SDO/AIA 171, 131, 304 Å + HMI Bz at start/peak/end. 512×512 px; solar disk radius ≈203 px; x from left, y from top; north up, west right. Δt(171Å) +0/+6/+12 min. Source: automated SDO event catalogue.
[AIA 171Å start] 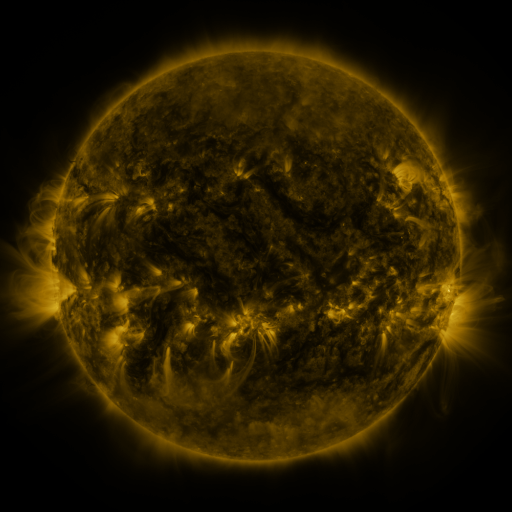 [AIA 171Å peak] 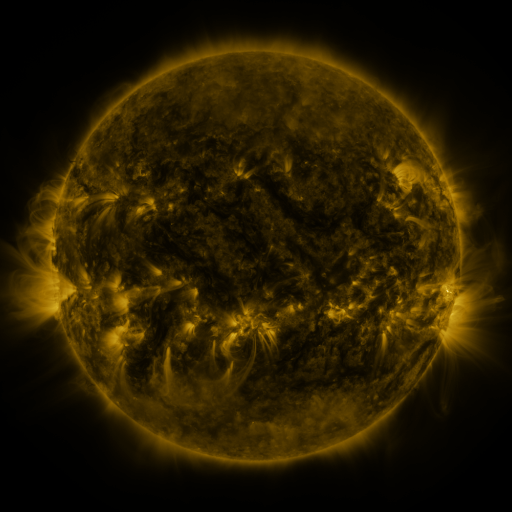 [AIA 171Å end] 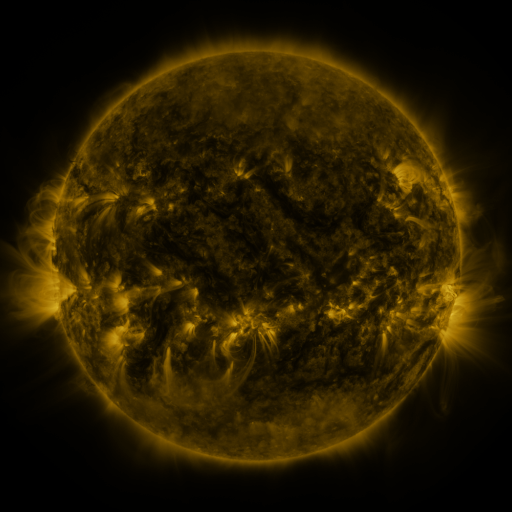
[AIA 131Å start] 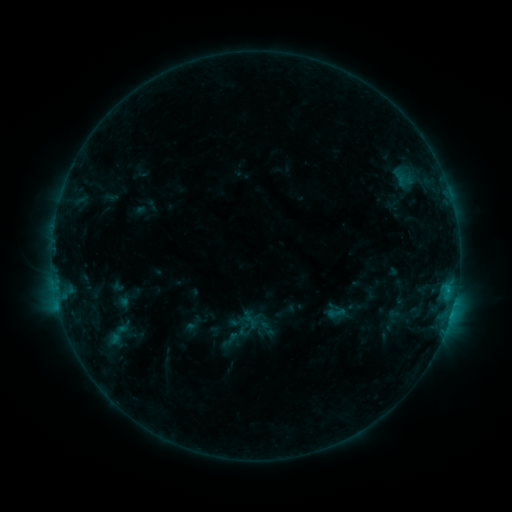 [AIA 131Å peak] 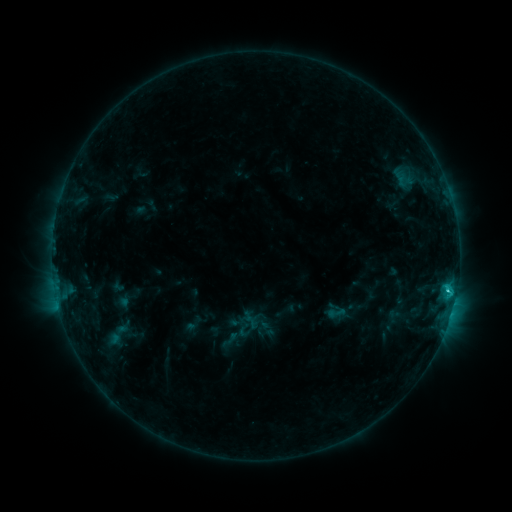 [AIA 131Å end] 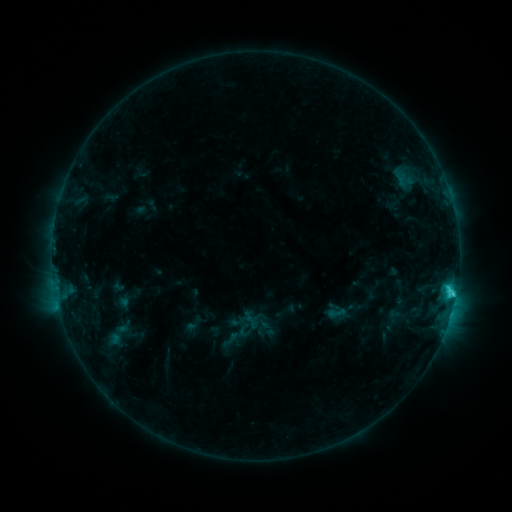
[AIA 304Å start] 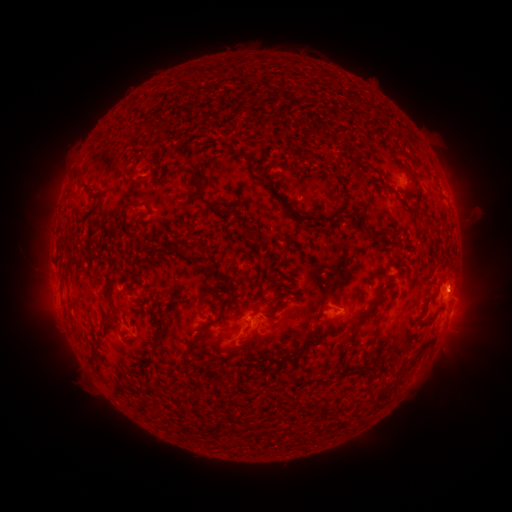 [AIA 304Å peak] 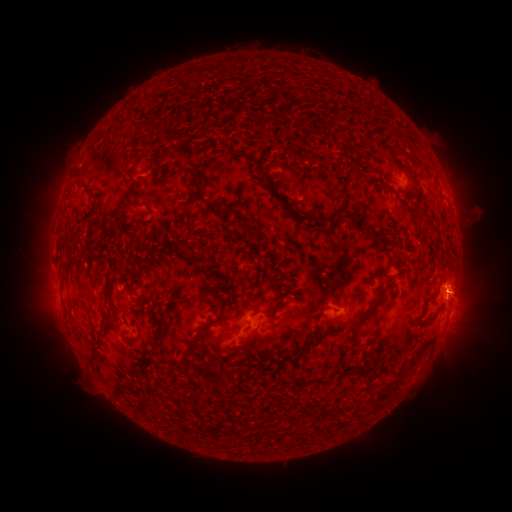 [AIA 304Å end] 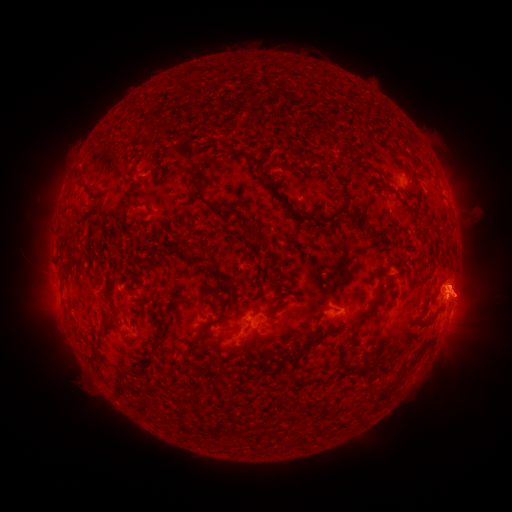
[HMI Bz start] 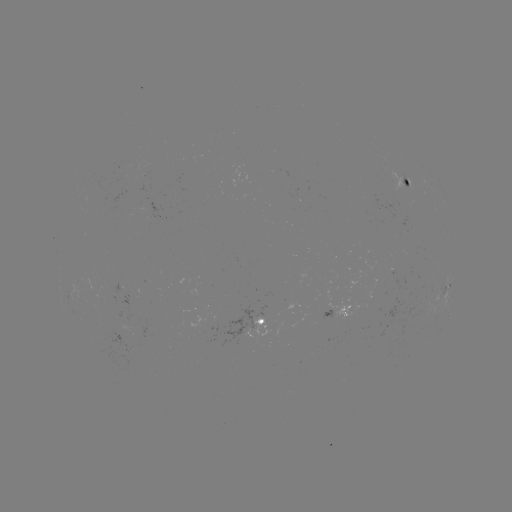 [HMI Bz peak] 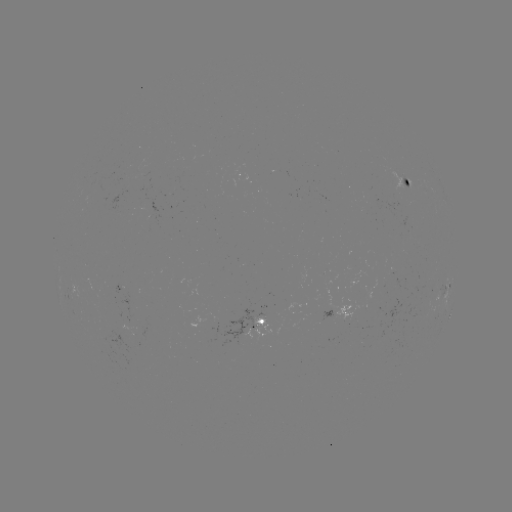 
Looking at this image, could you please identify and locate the eruption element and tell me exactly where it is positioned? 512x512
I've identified eruption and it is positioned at [468, 291].